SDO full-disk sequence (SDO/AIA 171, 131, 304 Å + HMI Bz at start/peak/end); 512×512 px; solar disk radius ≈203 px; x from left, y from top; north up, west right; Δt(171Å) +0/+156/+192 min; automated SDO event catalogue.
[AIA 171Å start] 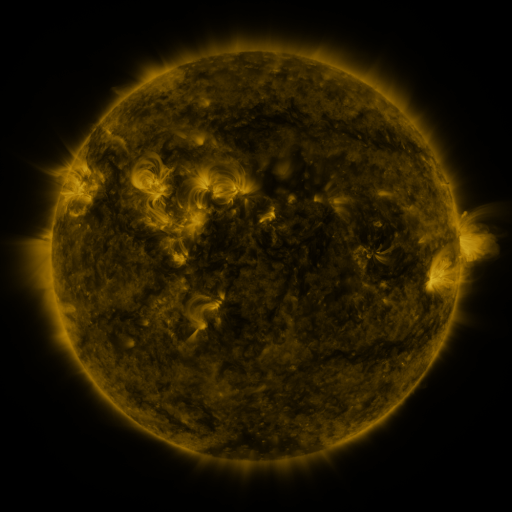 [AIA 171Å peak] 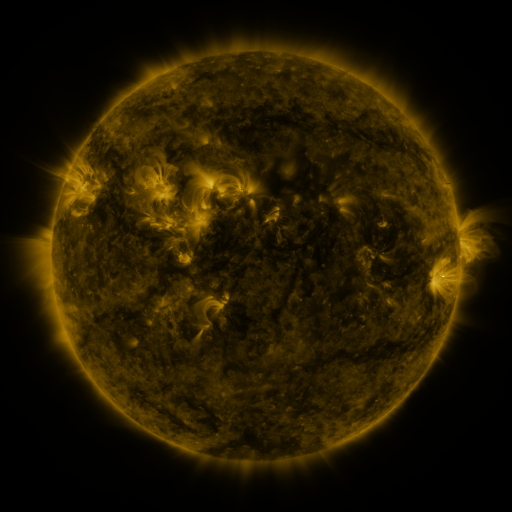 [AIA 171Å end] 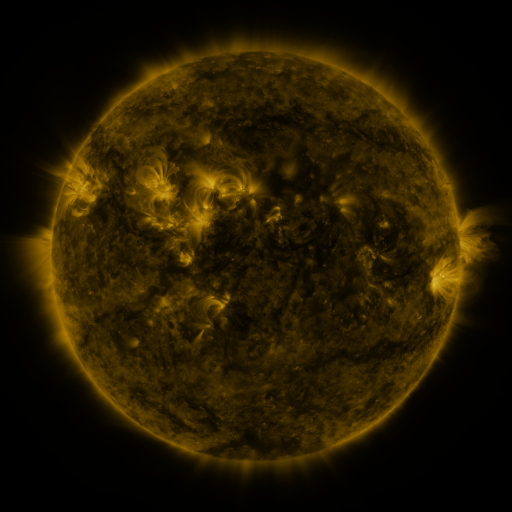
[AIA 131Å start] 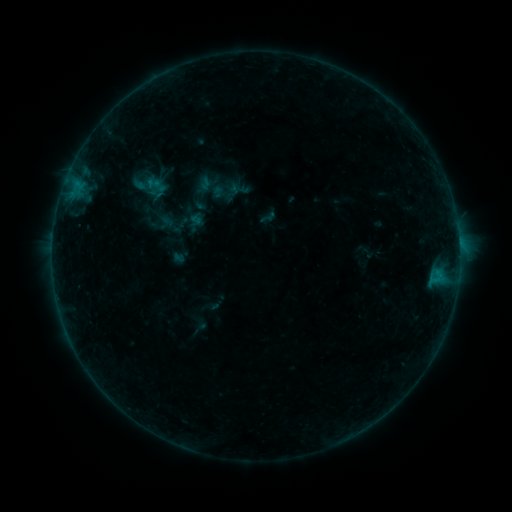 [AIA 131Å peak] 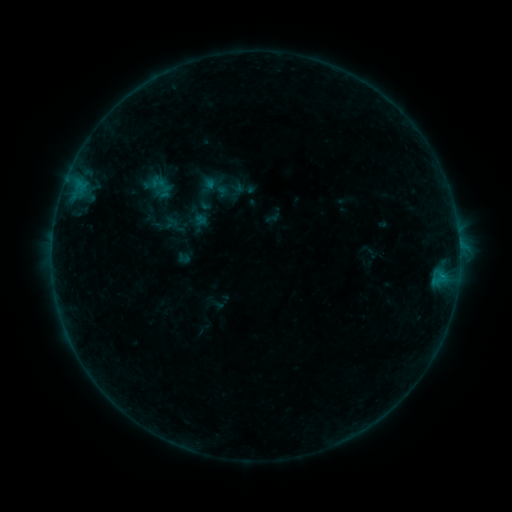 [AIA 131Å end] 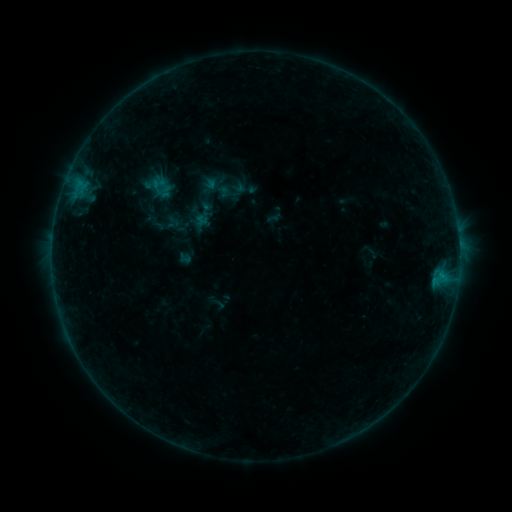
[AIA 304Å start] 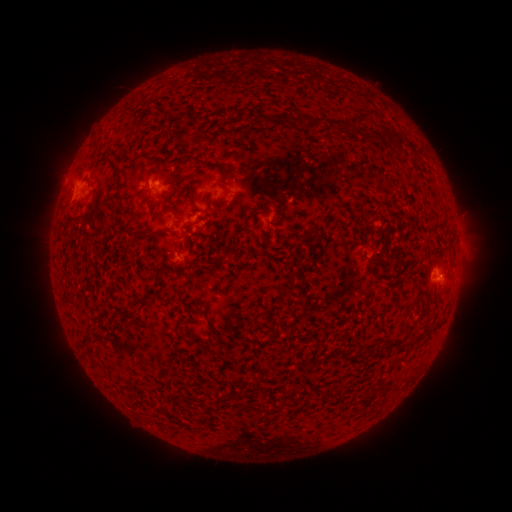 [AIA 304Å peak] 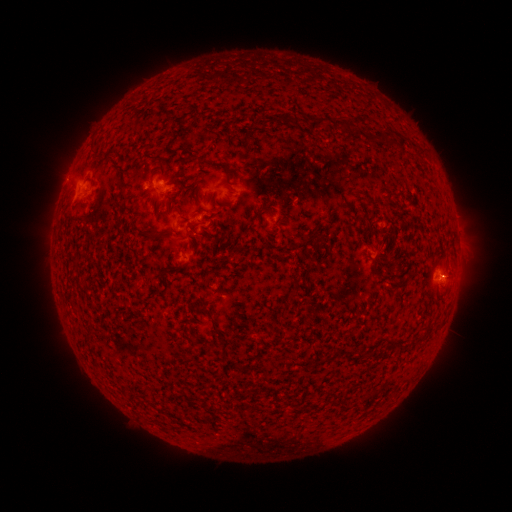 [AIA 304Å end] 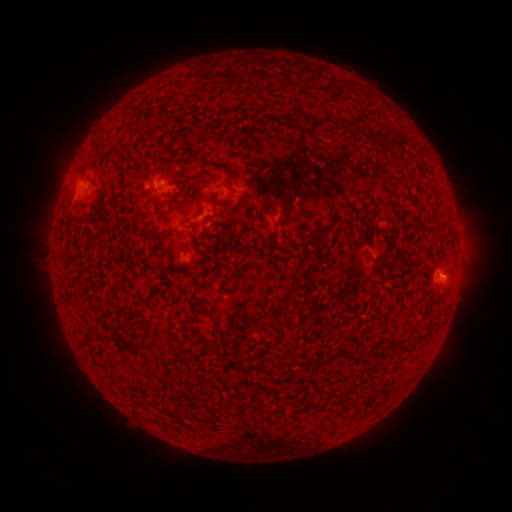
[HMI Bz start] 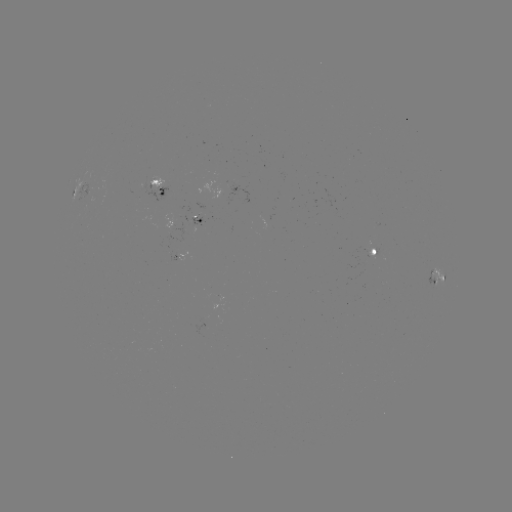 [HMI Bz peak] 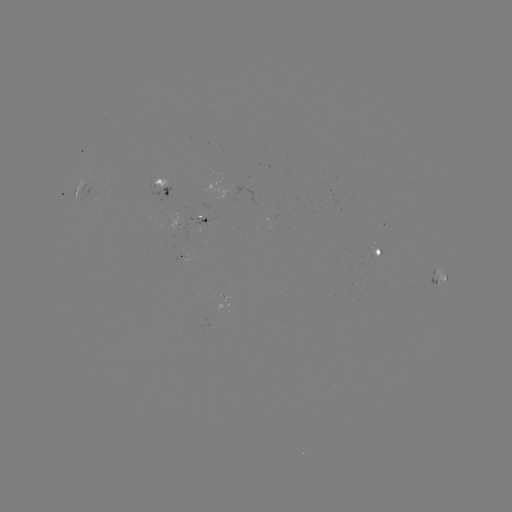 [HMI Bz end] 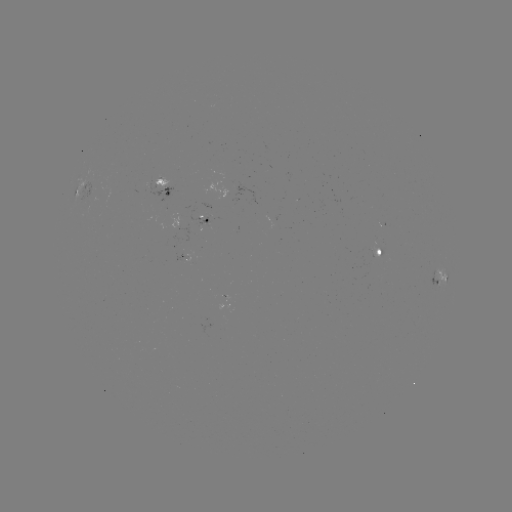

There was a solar emerging-flux region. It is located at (373, 251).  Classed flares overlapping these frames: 1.